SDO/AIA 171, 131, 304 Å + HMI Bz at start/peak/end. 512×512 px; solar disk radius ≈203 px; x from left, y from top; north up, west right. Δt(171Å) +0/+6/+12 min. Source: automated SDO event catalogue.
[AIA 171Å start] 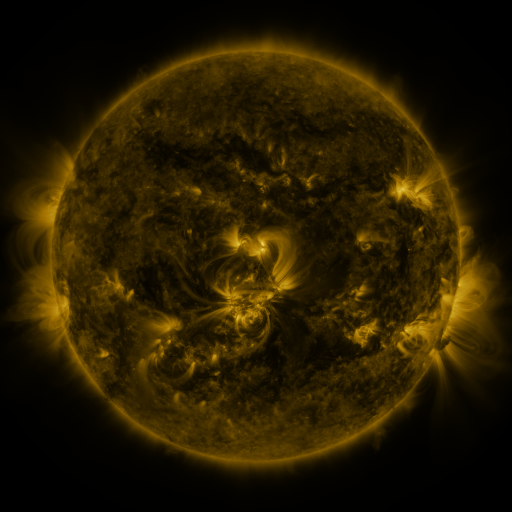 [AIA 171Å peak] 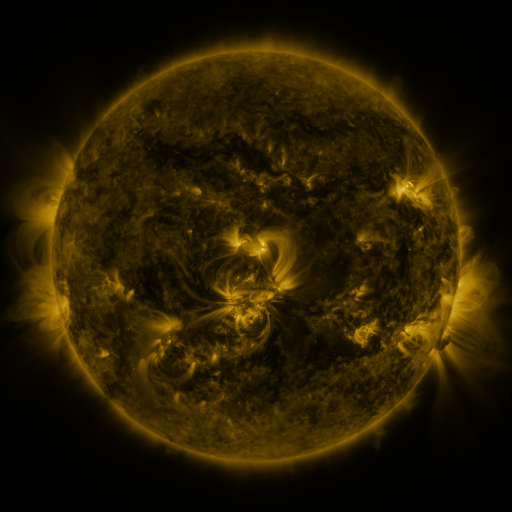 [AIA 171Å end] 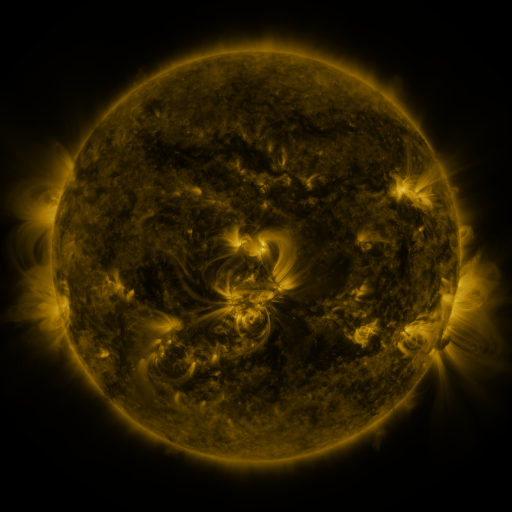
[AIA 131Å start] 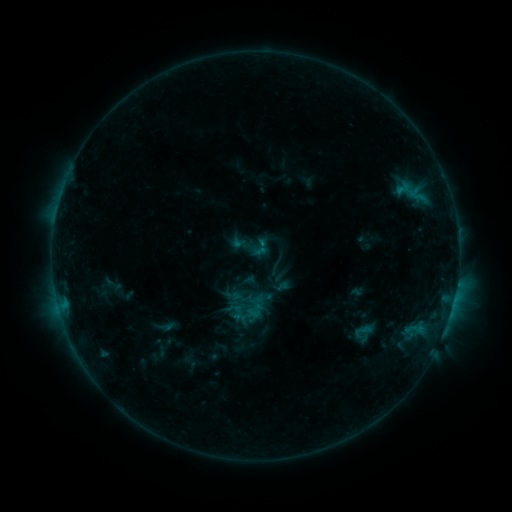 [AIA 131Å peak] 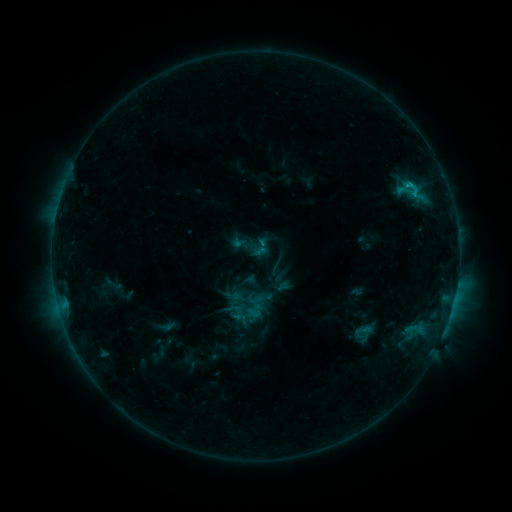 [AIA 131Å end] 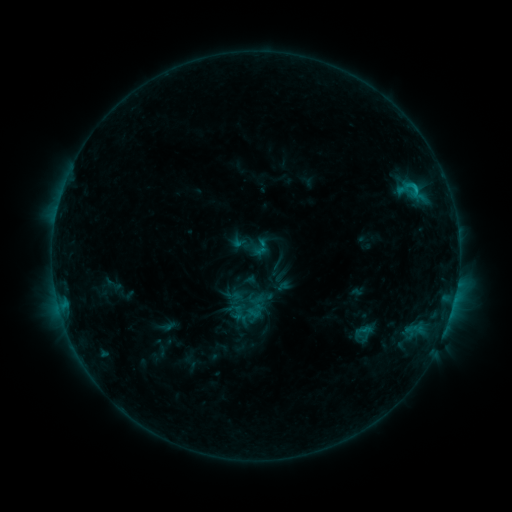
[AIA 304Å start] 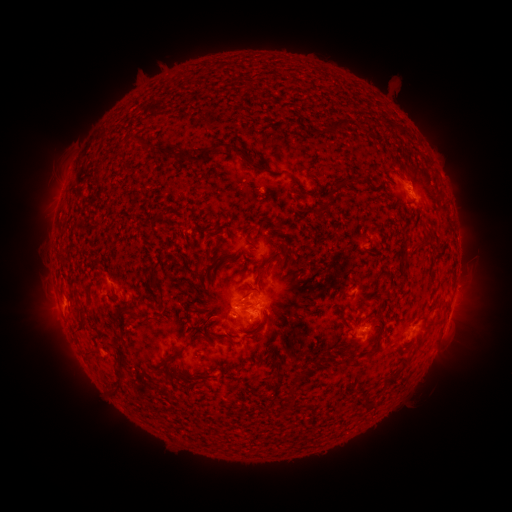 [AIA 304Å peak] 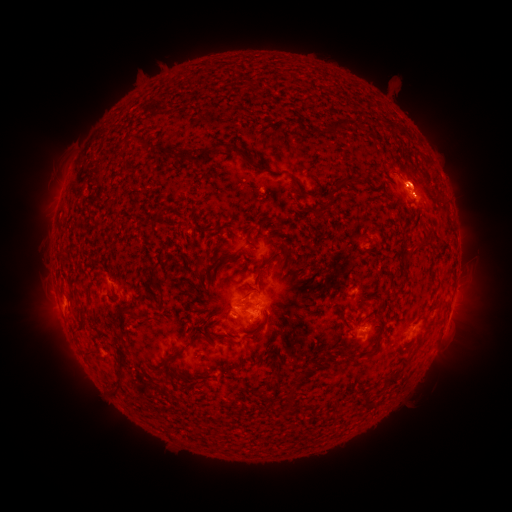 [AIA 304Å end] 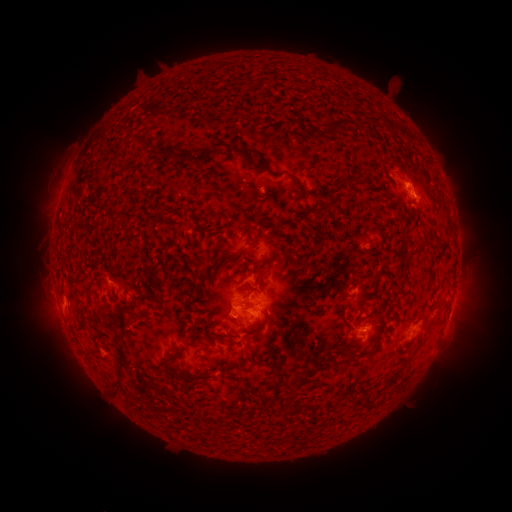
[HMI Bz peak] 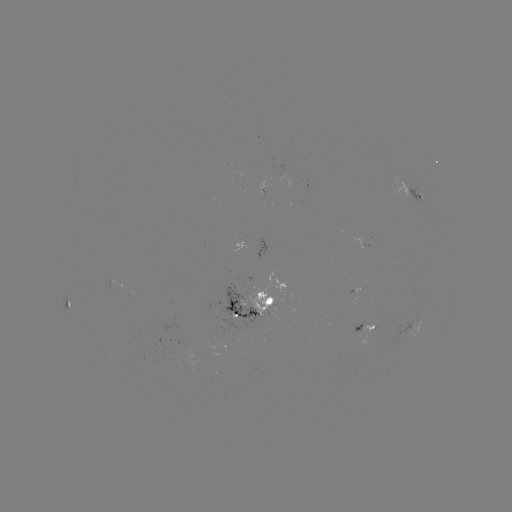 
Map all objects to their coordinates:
C1.1 flare: (413, 189)
